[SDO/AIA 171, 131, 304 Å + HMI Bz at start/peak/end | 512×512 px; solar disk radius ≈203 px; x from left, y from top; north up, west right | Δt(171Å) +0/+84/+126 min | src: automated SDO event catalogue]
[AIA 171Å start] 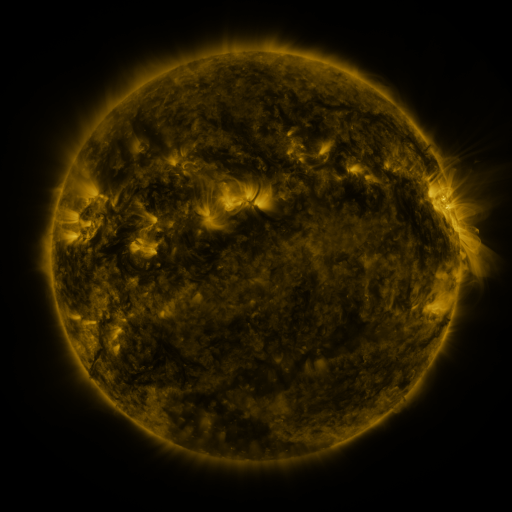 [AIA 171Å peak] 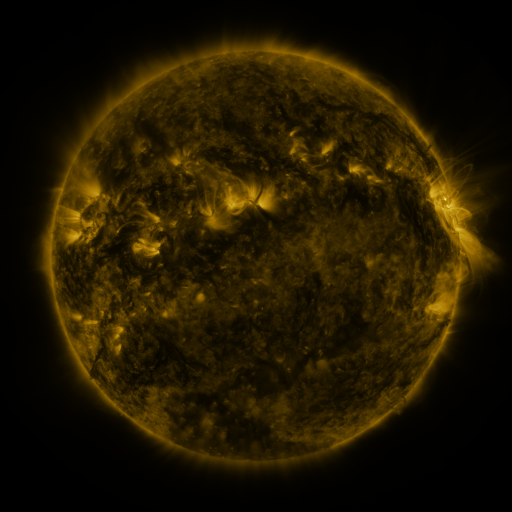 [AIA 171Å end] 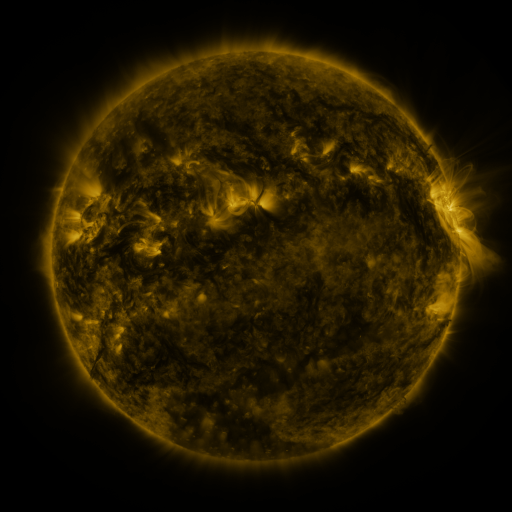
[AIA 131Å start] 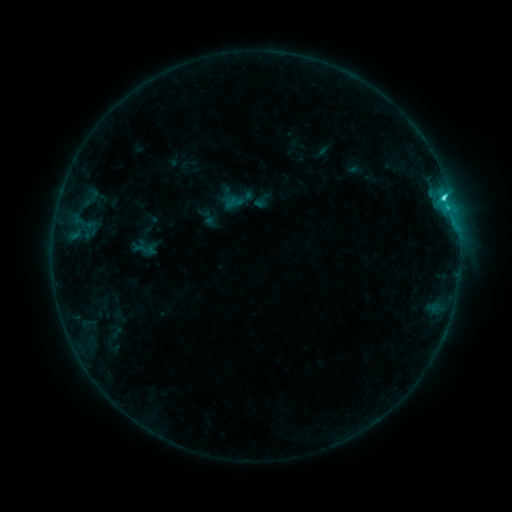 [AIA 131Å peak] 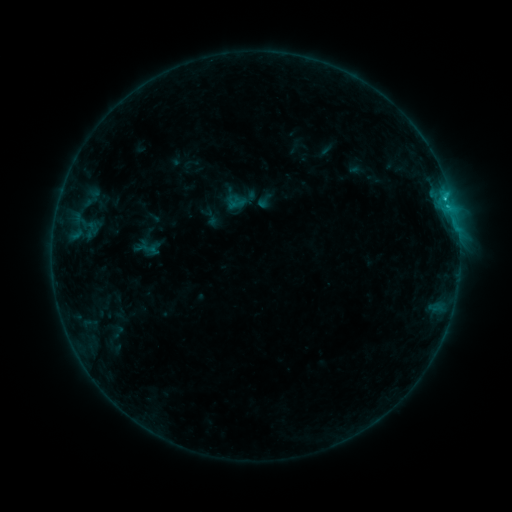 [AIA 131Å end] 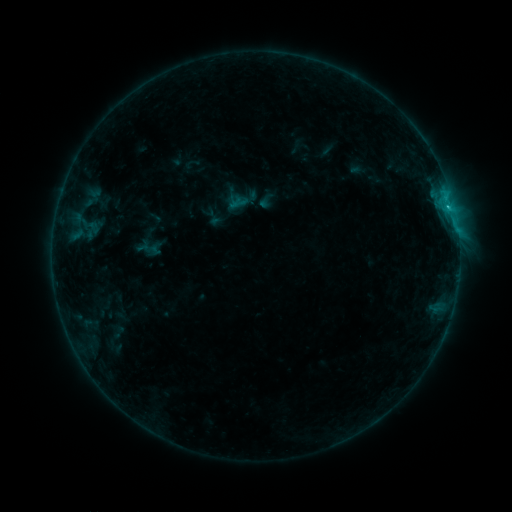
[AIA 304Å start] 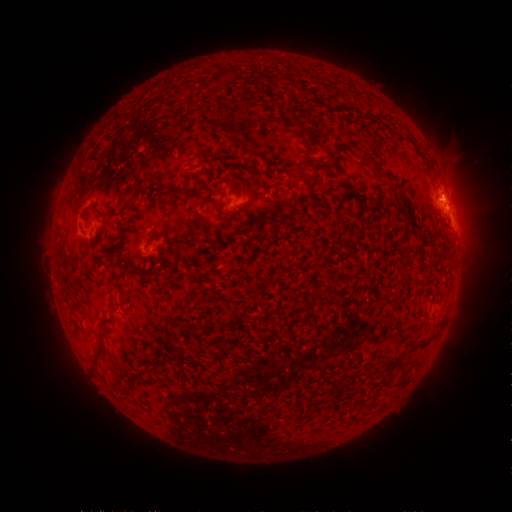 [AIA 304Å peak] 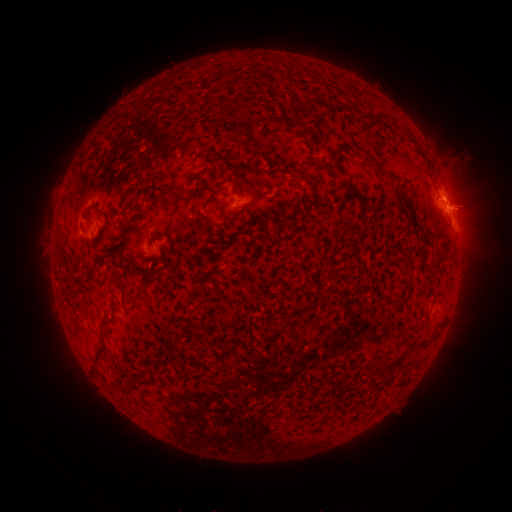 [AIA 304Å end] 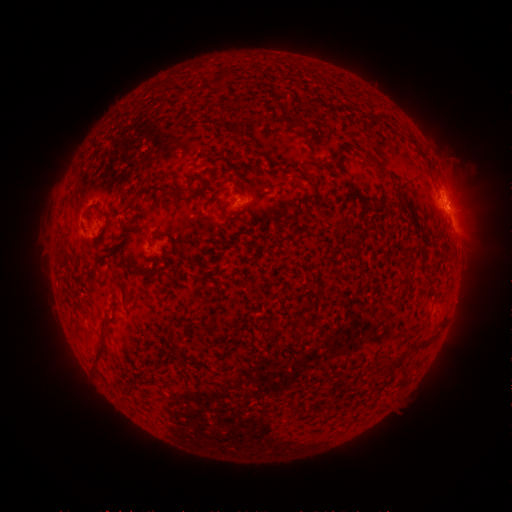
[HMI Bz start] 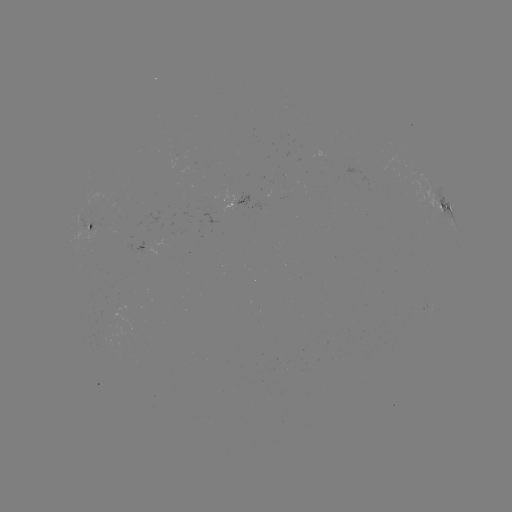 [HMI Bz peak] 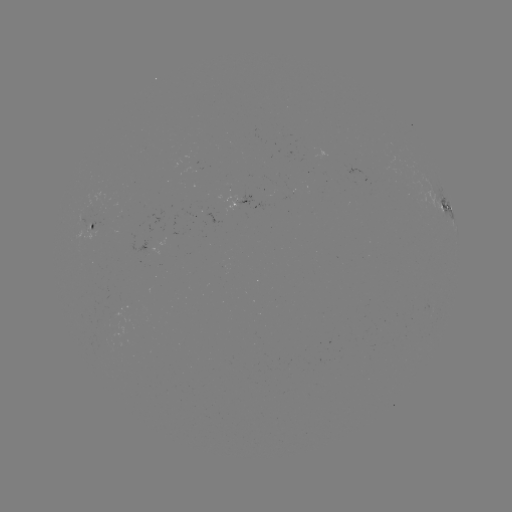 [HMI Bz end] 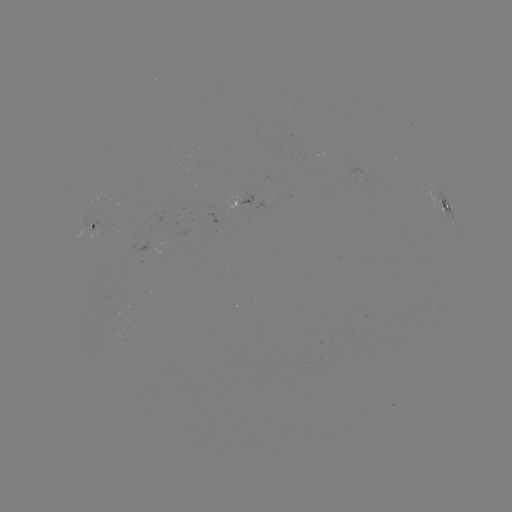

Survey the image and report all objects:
emerging-flux region: (190, 216)
